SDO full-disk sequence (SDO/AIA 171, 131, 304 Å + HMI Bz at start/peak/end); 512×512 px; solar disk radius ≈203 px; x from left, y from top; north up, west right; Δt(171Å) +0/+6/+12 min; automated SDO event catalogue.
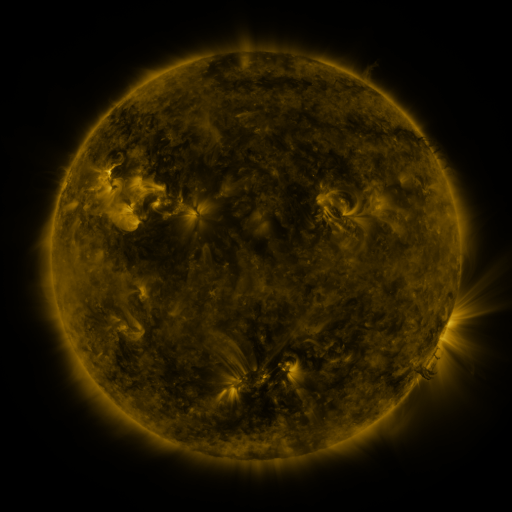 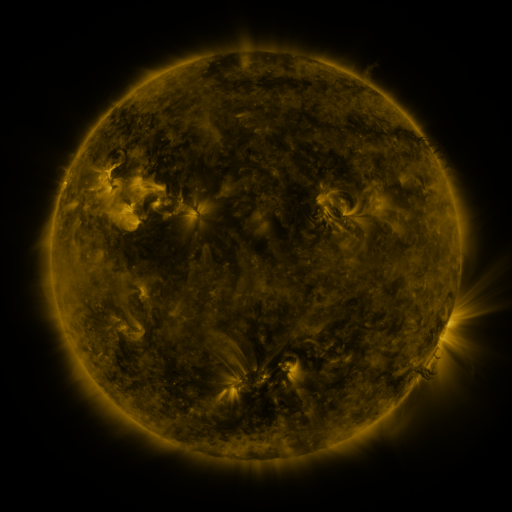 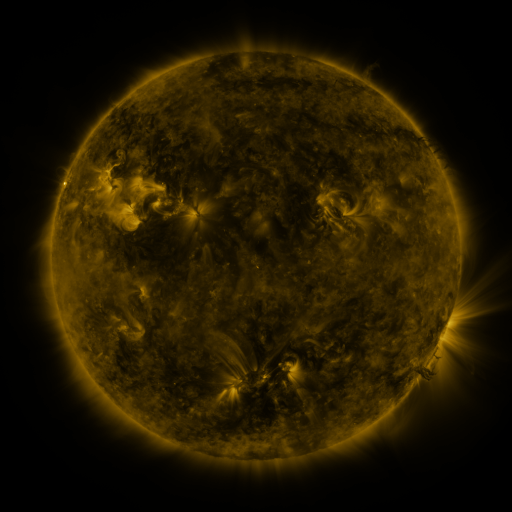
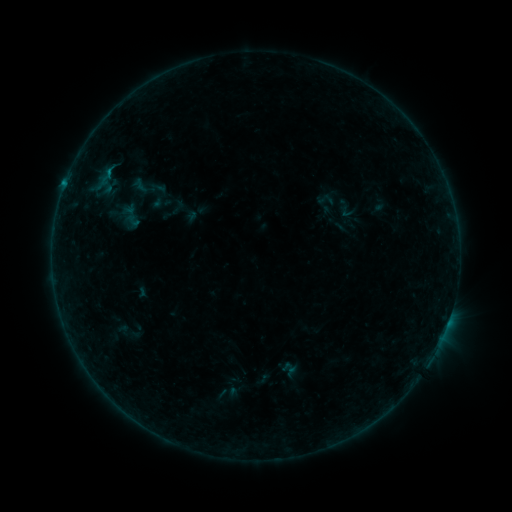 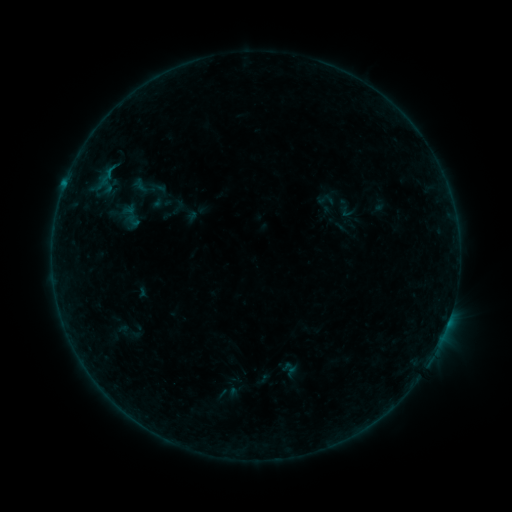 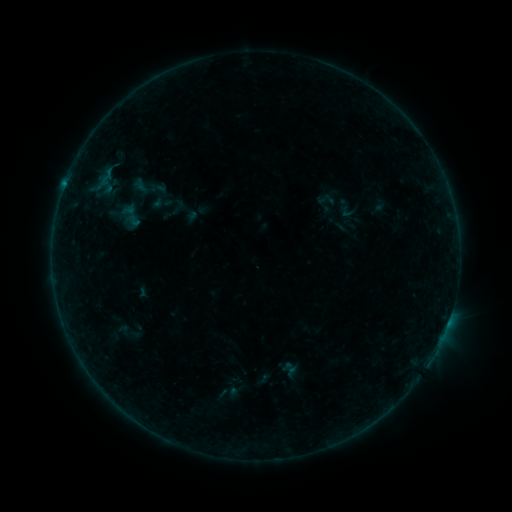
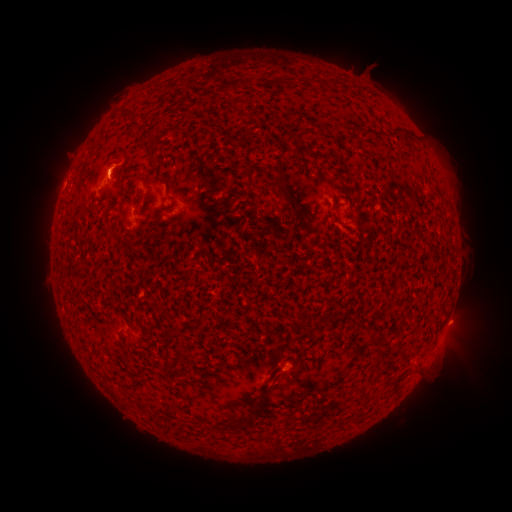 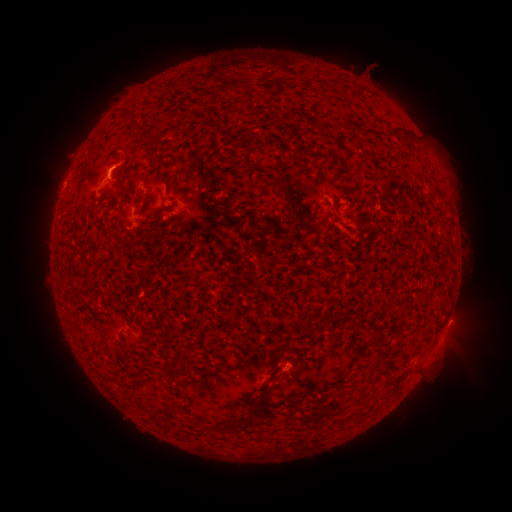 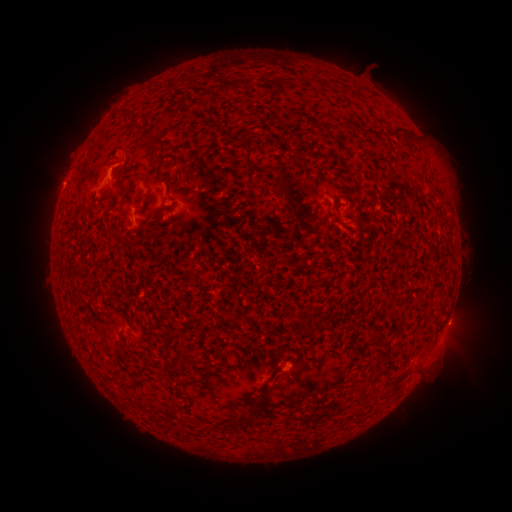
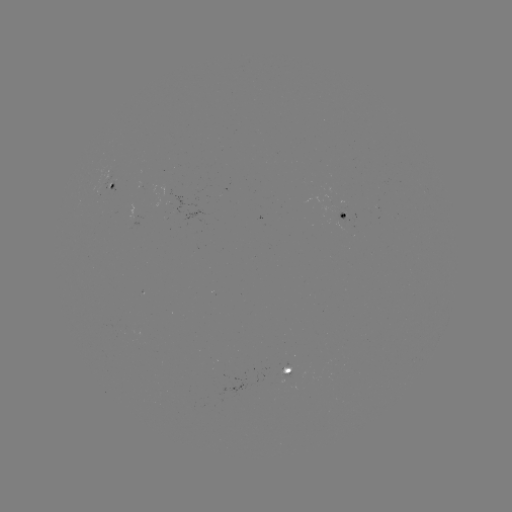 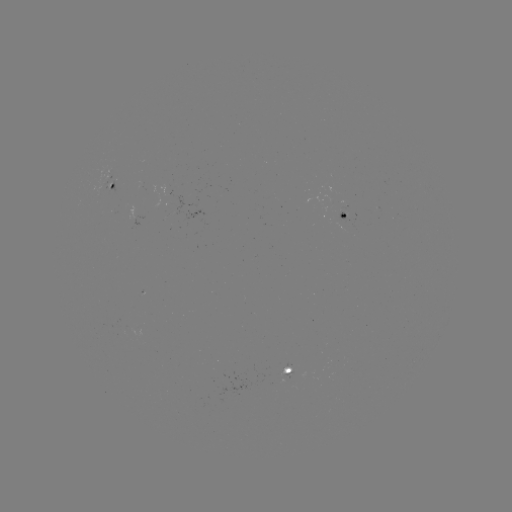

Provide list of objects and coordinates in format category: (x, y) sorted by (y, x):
eruption: (121, 159)
